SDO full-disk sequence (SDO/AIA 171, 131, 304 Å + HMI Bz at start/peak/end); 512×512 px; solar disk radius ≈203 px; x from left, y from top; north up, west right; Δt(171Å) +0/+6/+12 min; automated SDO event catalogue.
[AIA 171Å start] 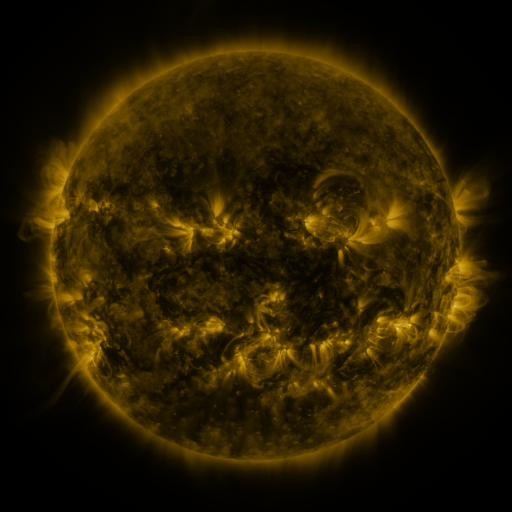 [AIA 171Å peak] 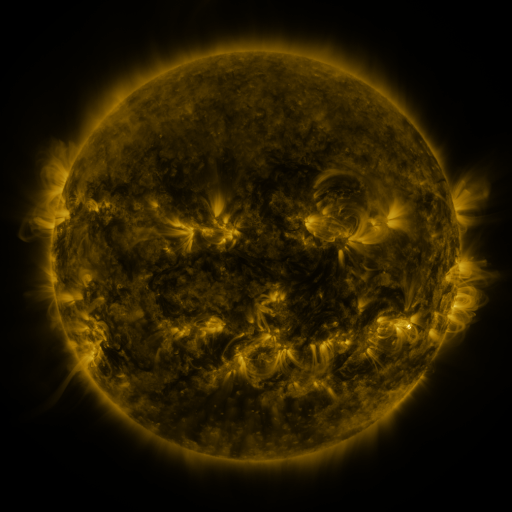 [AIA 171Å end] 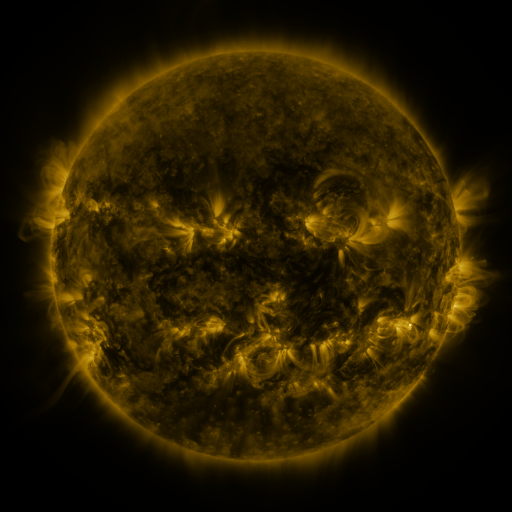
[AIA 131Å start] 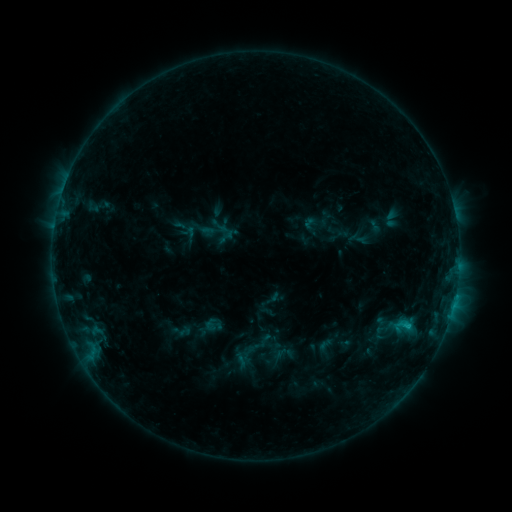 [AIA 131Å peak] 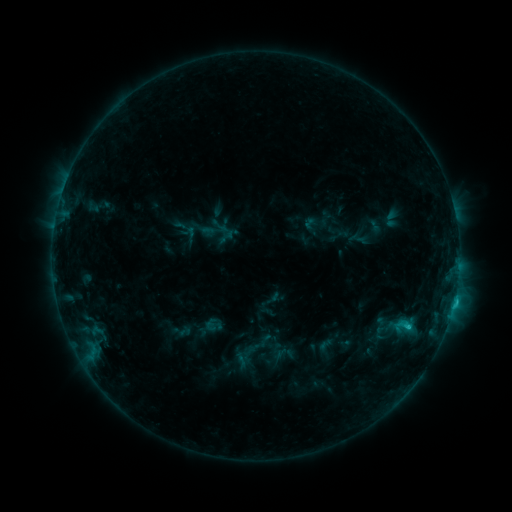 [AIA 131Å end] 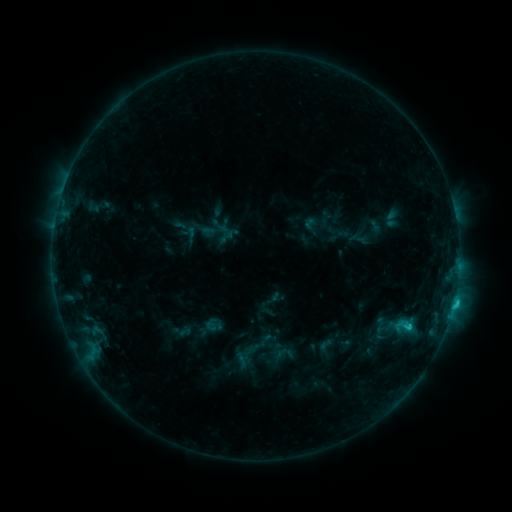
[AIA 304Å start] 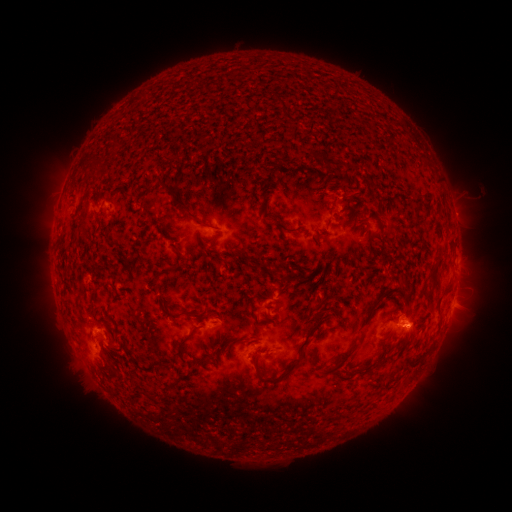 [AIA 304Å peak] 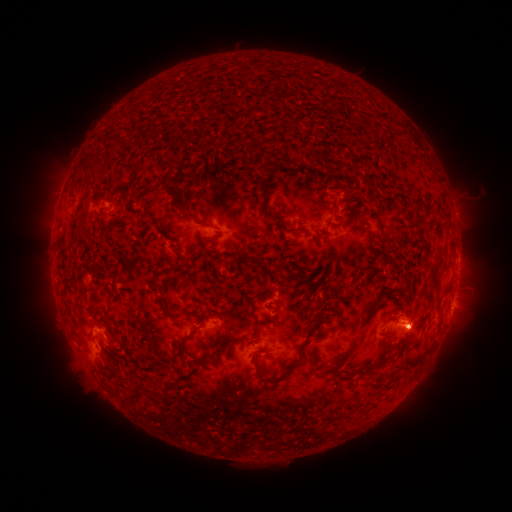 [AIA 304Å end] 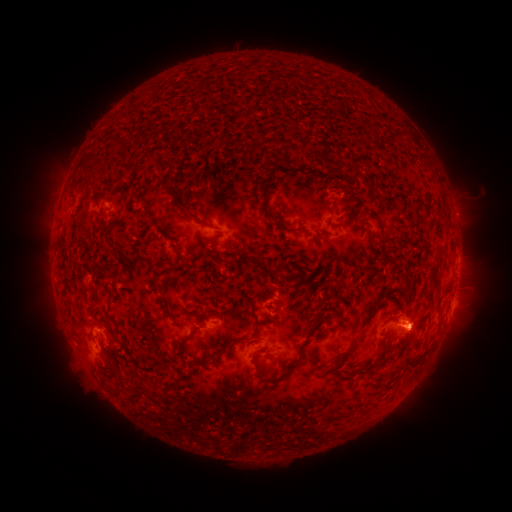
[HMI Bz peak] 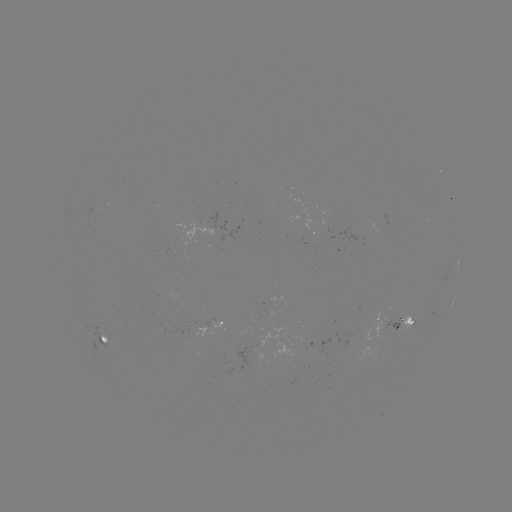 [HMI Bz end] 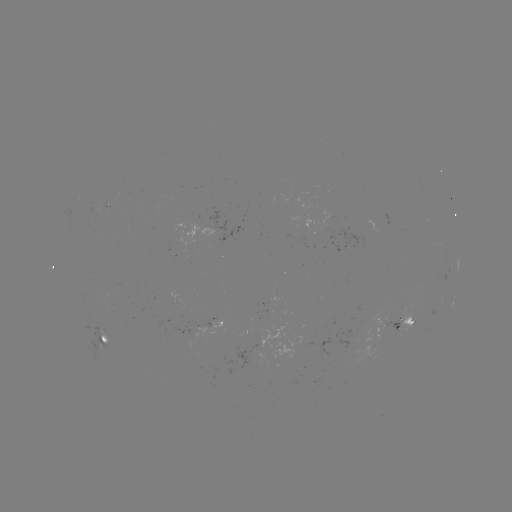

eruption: [388, 288, 435, 361]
